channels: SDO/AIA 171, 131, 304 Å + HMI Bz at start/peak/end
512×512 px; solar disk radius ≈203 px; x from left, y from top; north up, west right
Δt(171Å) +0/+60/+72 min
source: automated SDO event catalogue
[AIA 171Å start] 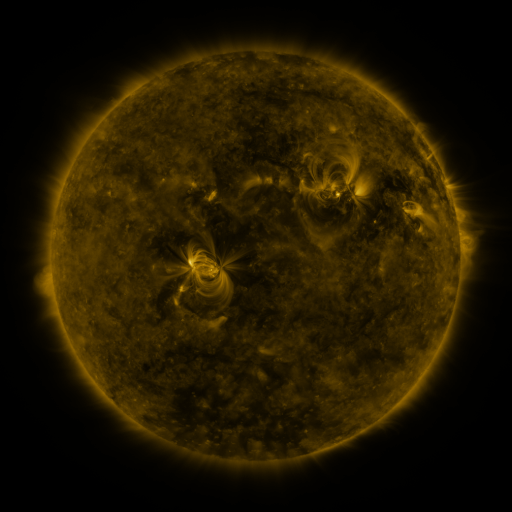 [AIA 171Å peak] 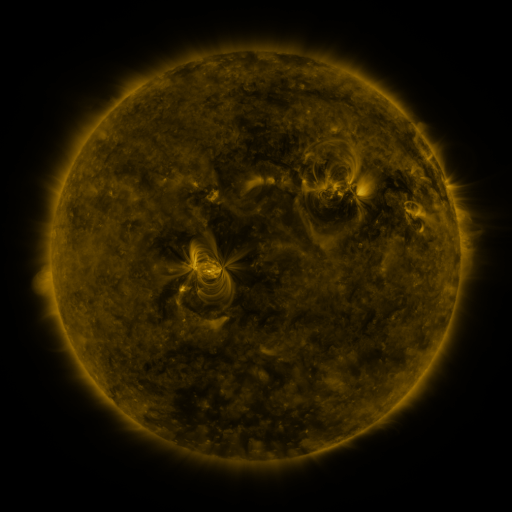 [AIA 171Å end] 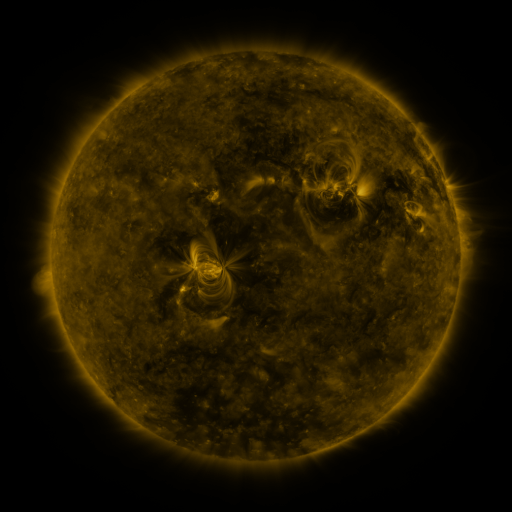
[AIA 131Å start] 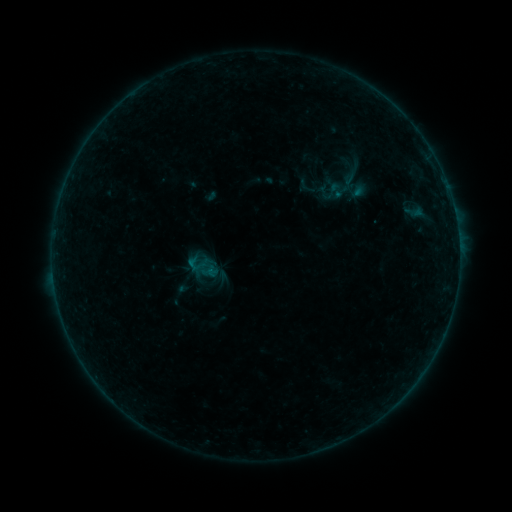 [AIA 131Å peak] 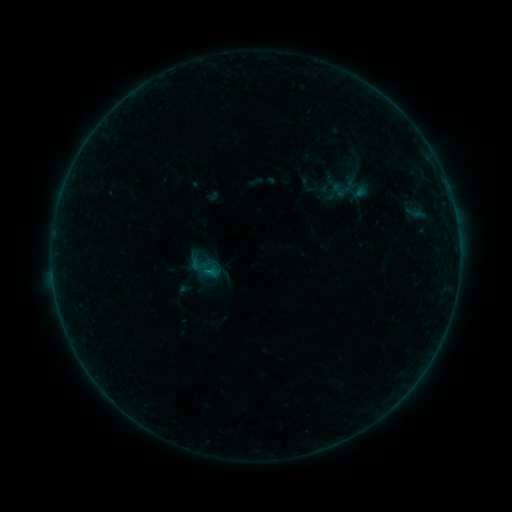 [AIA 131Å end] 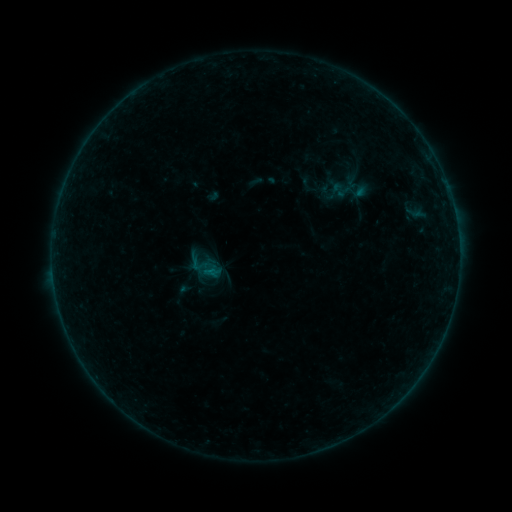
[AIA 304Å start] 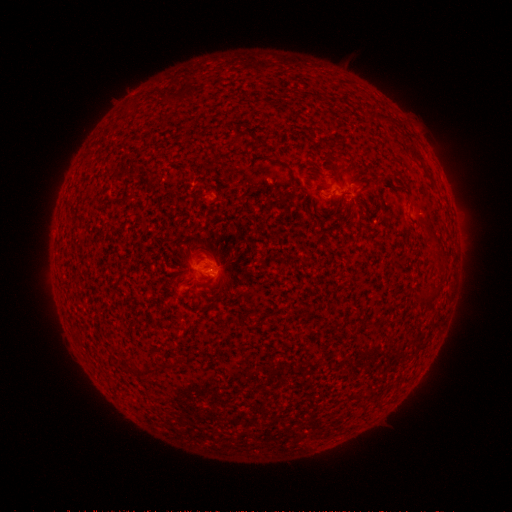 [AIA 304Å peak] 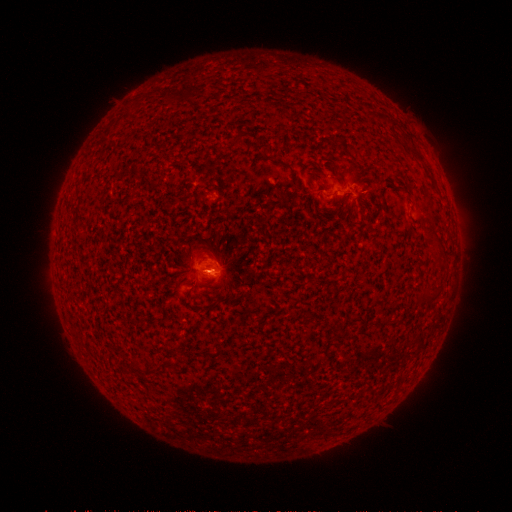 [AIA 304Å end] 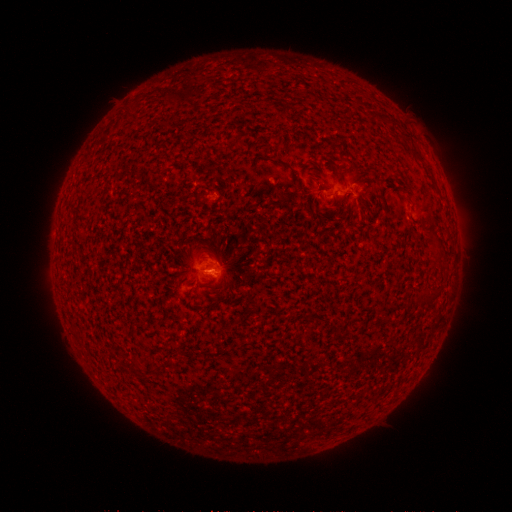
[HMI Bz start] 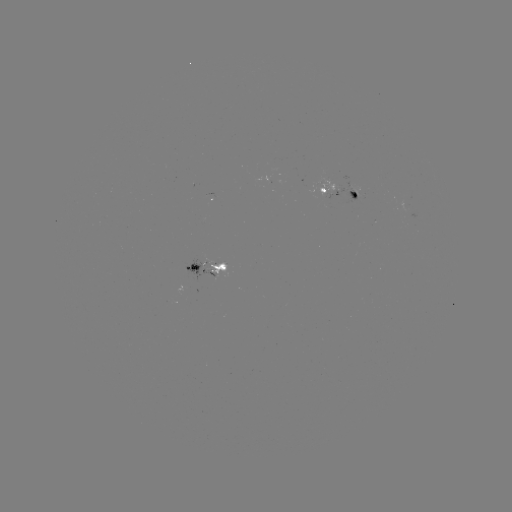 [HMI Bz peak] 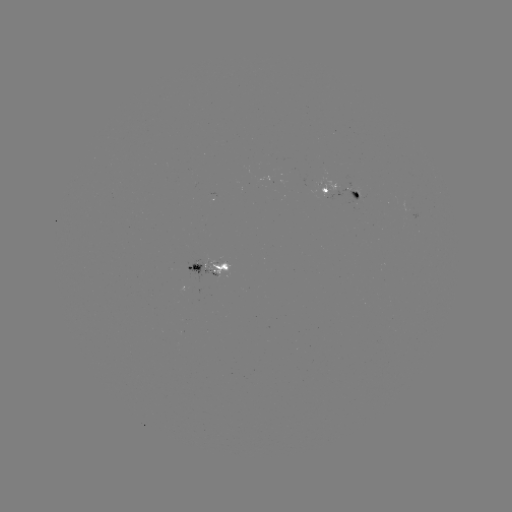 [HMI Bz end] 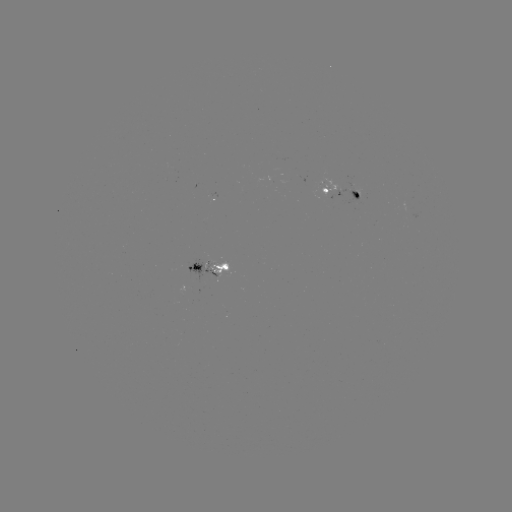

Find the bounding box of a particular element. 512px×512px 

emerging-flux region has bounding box [318, 176, 352, 197].